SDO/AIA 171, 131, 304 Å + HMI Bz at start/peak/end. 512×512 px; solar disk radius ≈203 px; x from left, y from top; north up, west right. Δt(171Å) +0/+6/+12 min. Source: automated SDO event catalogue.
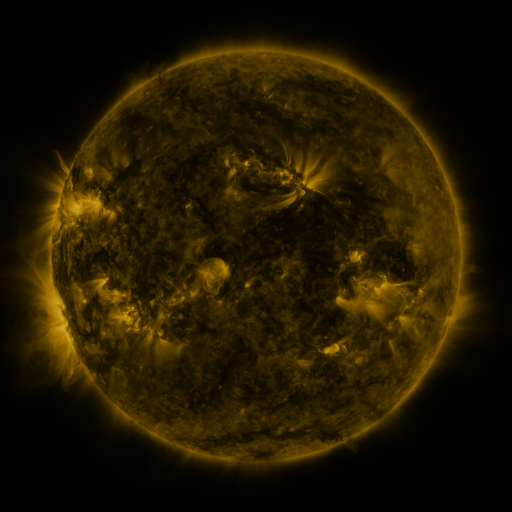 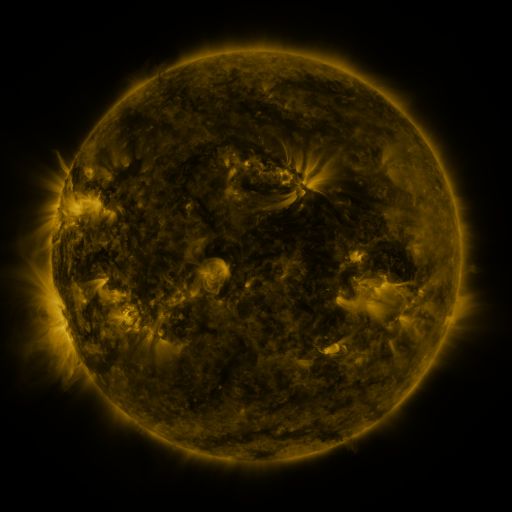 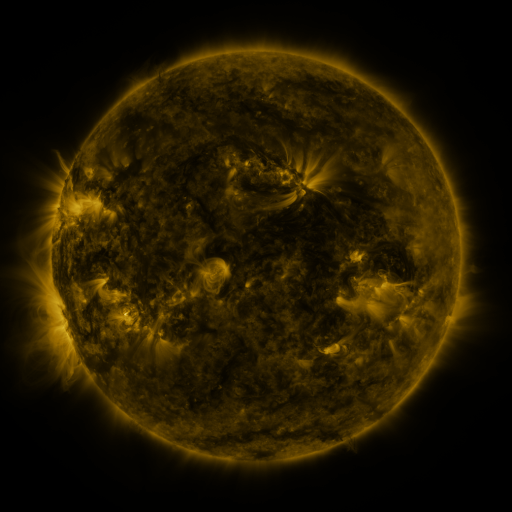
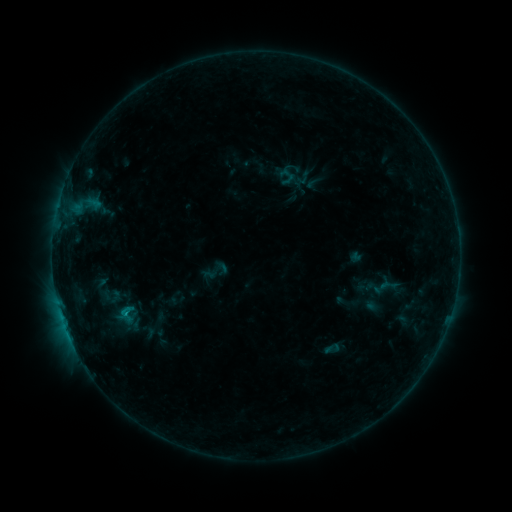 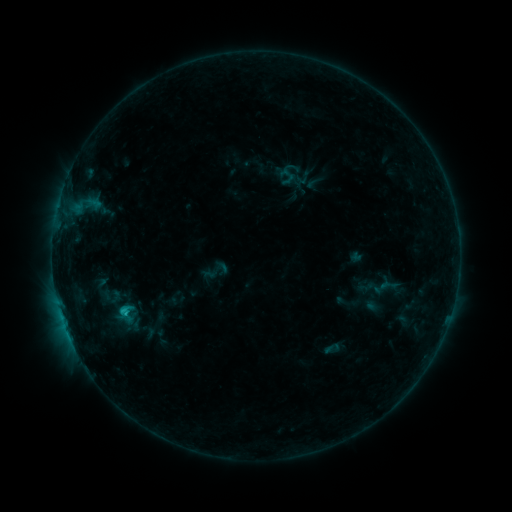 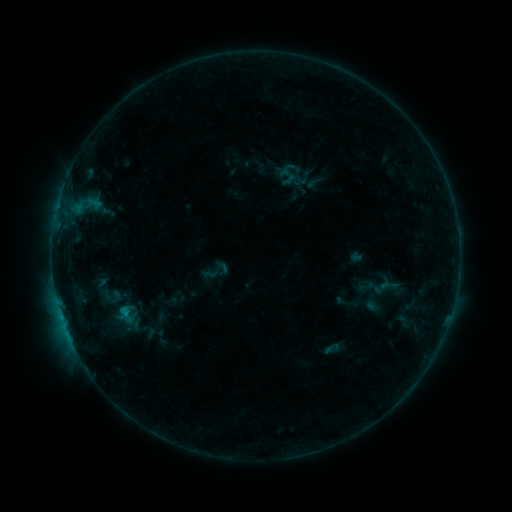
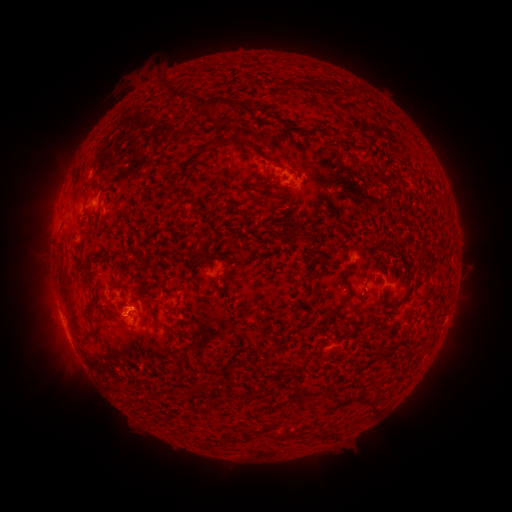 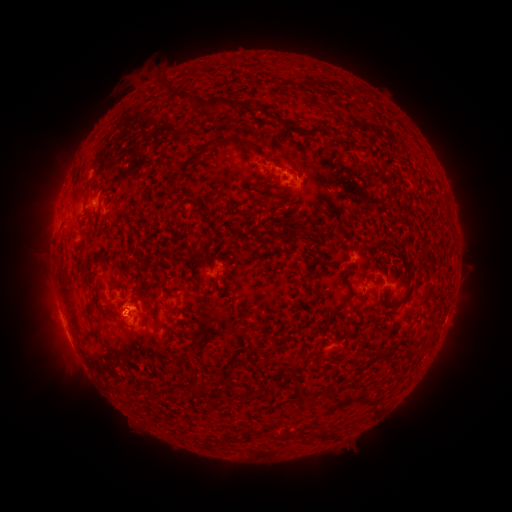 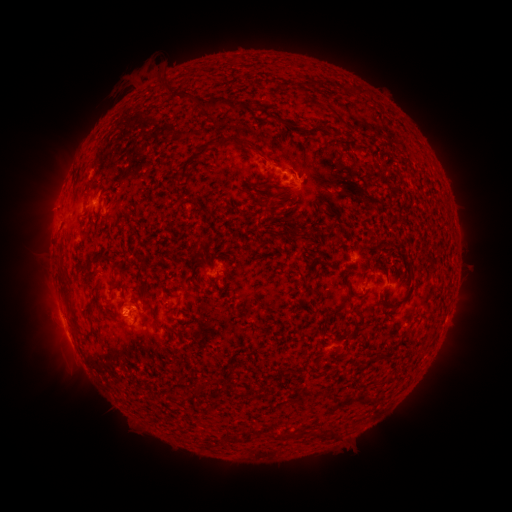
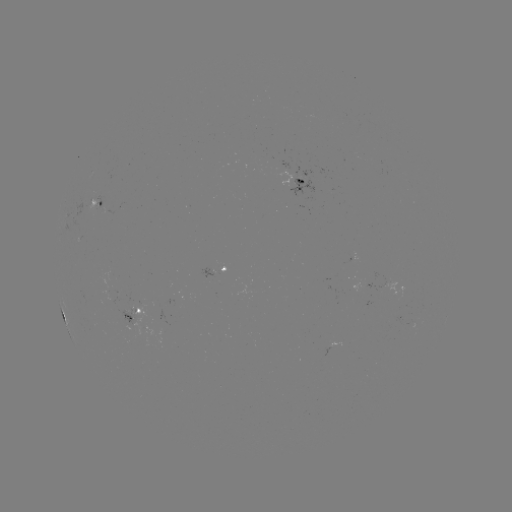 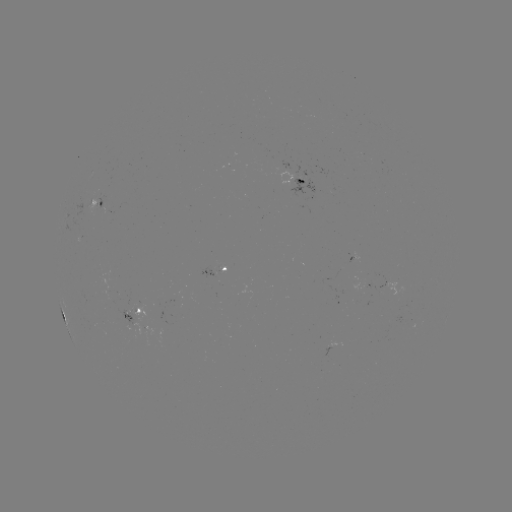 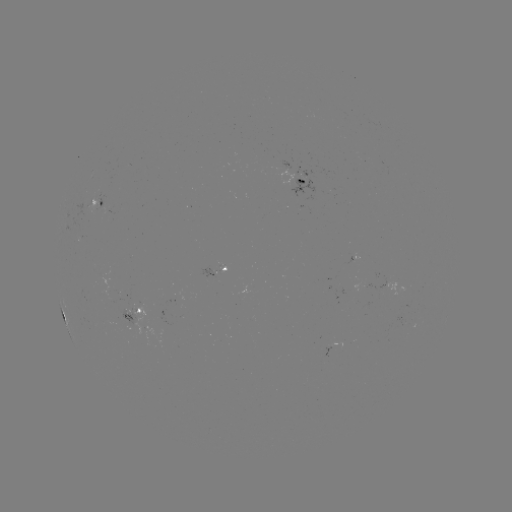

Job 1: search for B8.8 flare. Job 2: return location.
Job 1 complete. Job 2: (126, 312).